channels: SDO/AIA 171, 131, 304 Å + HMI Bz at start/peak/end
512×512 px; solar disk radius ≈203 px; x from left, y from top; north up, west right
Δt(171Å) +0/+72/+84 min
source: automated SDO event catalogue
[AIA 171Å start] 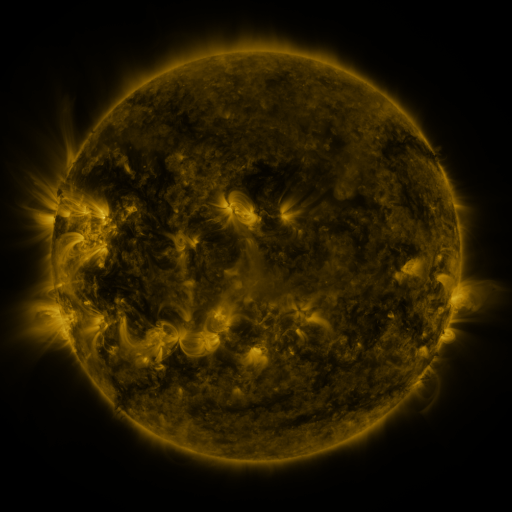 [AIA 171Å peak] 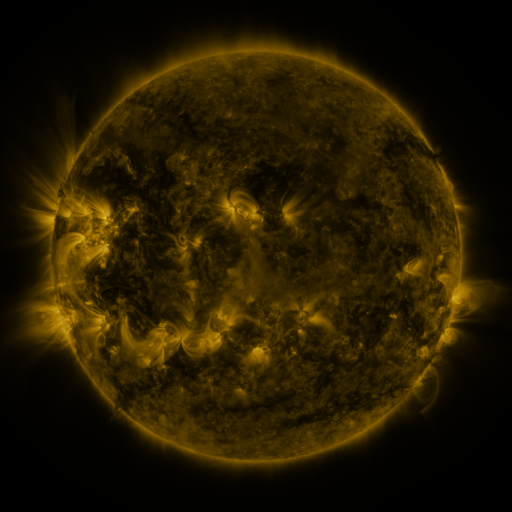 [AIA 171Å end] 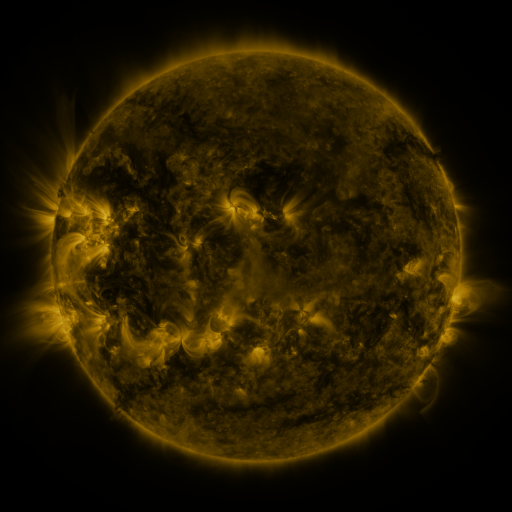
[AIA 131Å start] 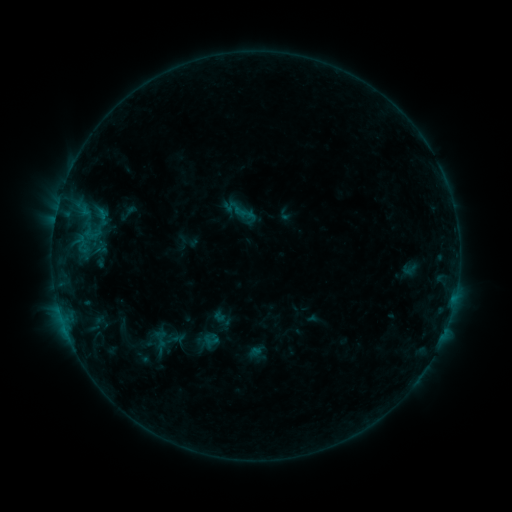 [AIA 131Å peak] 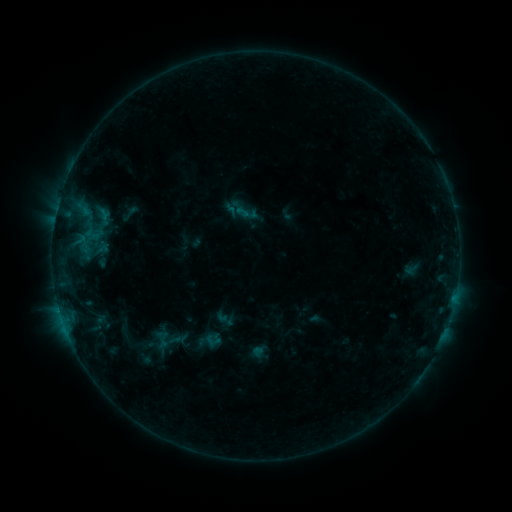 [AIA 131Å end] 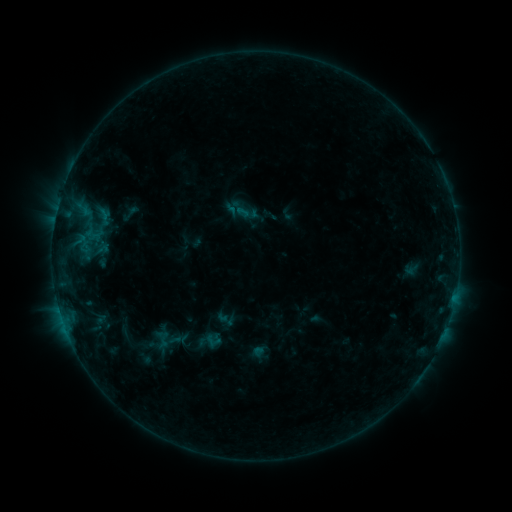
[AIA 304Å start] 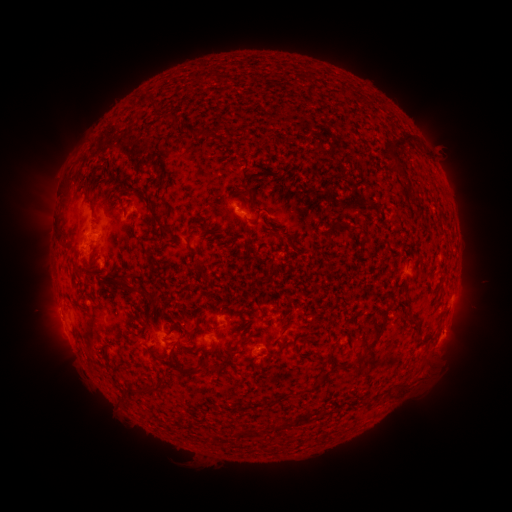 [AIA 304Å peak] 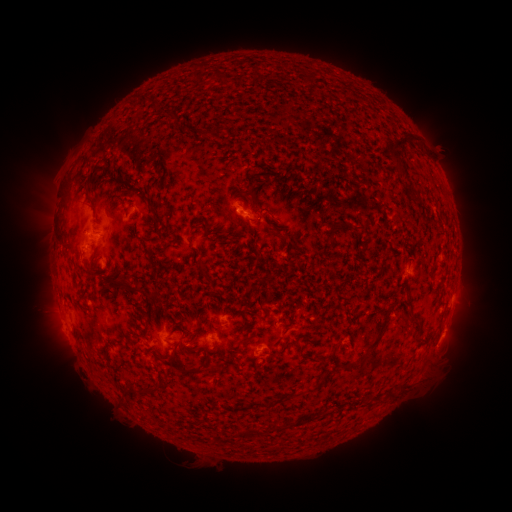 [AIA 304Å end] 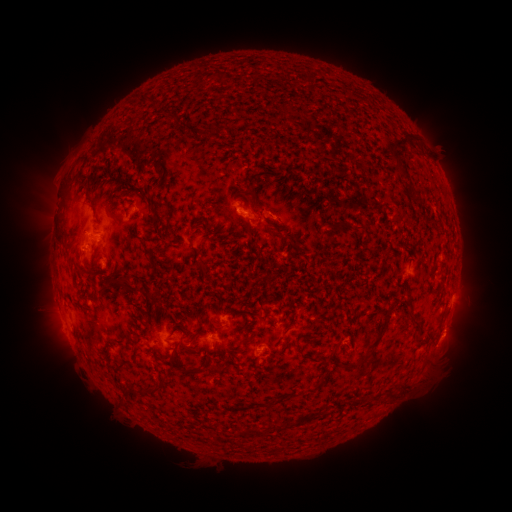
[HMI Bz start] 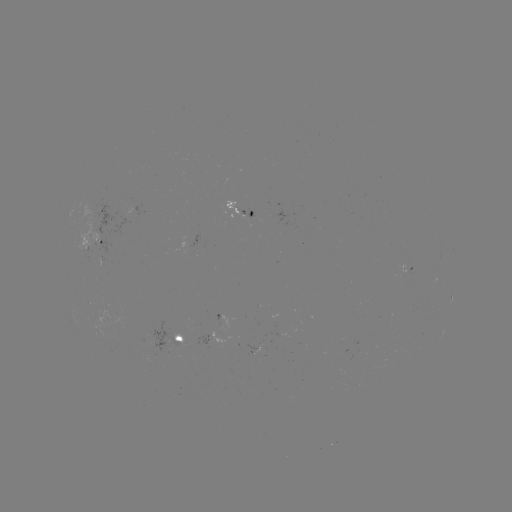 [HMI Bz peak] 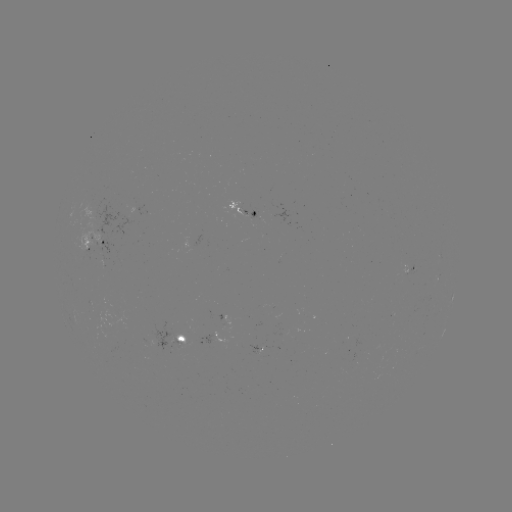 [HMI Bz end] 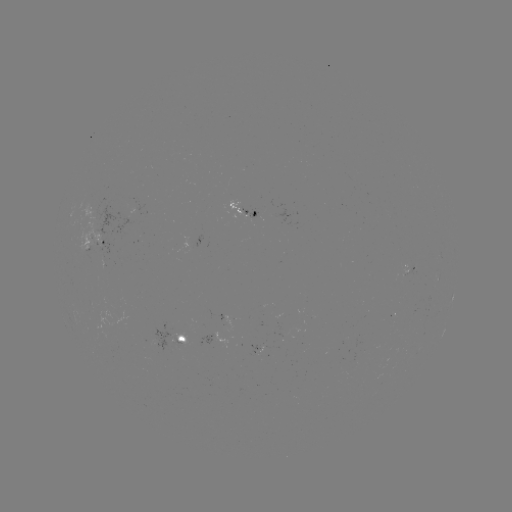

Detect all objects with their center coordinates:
emerging-flux region: (95, 215)
